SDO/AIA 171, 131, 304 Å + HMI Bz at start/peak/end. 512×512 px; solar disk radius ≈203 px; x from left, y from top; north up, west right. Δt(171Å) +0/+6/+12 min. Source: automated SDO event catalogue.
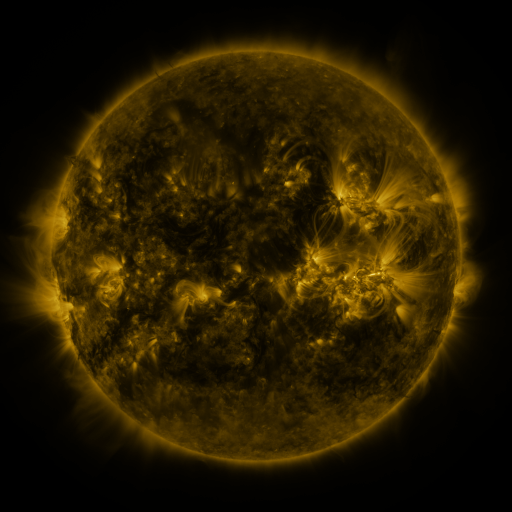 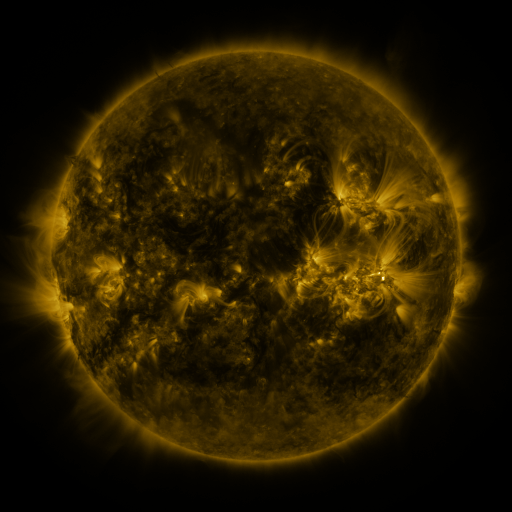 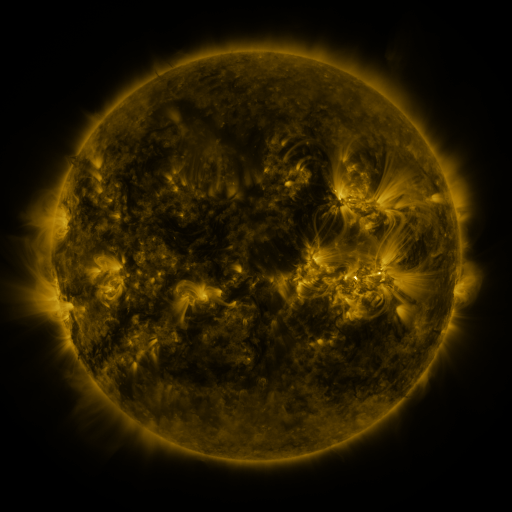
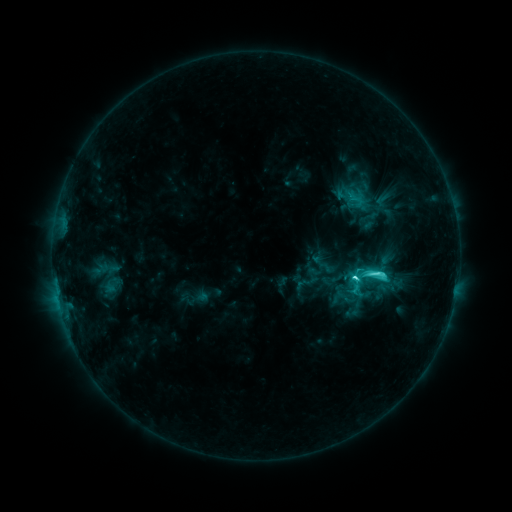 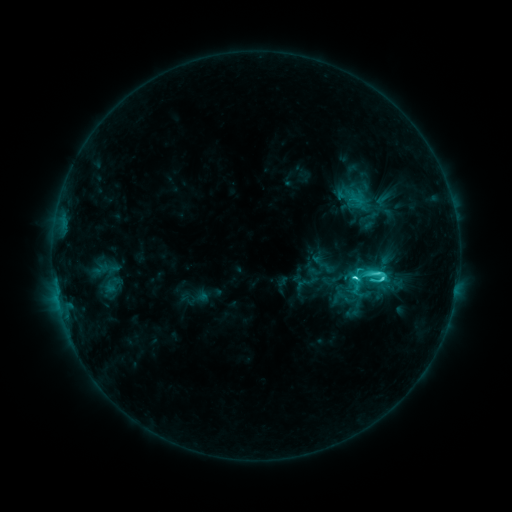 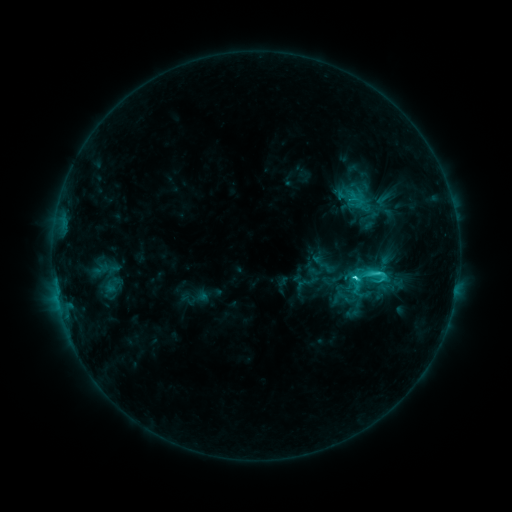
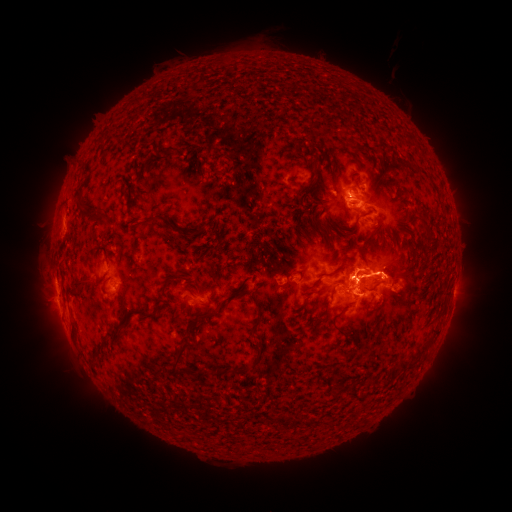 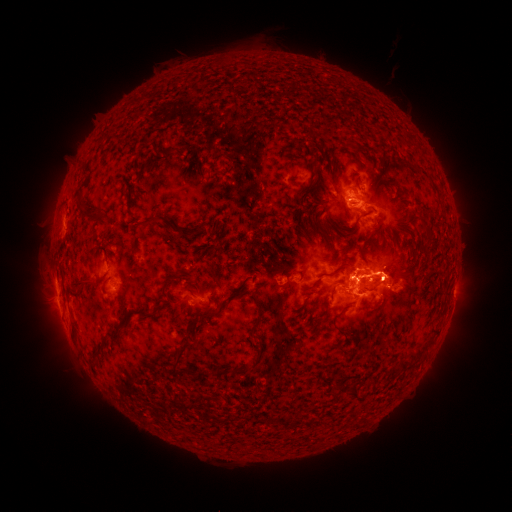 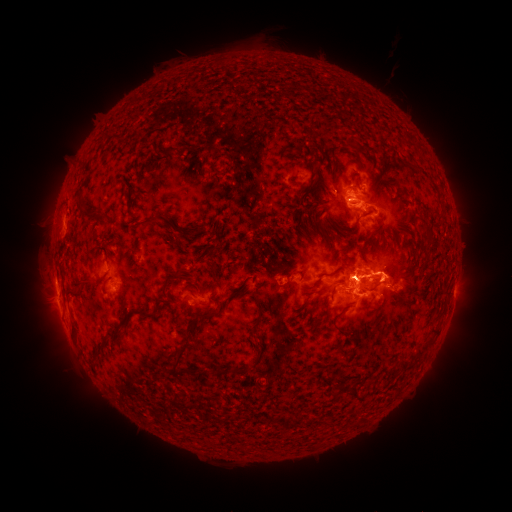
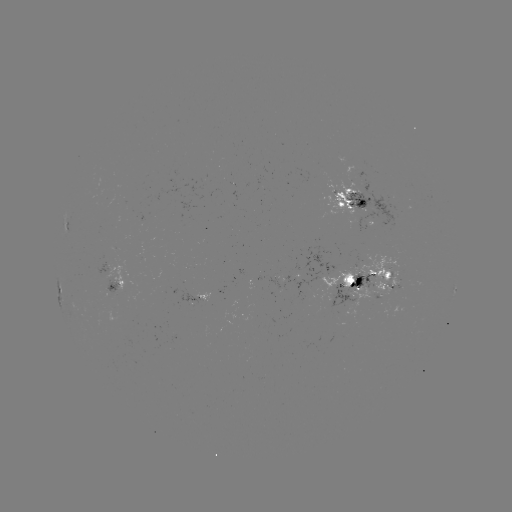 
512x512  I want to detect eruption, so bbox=[16, 282, 90, 371].